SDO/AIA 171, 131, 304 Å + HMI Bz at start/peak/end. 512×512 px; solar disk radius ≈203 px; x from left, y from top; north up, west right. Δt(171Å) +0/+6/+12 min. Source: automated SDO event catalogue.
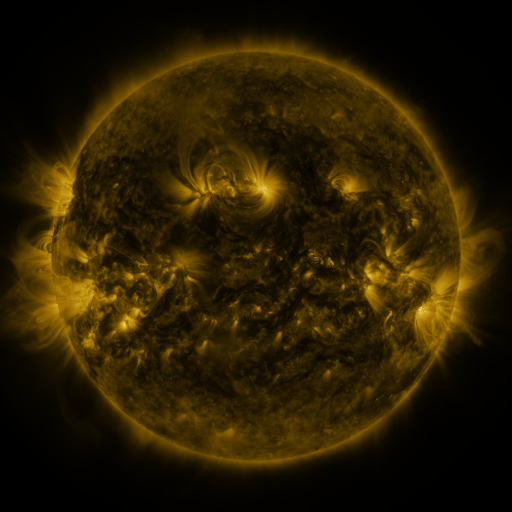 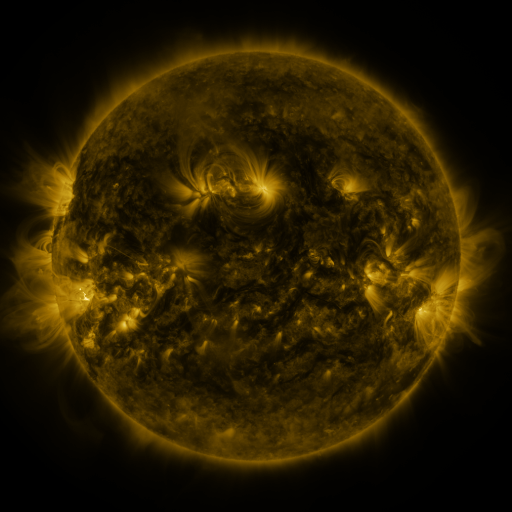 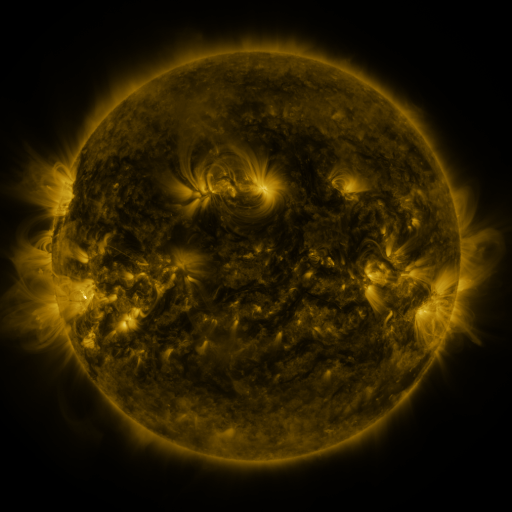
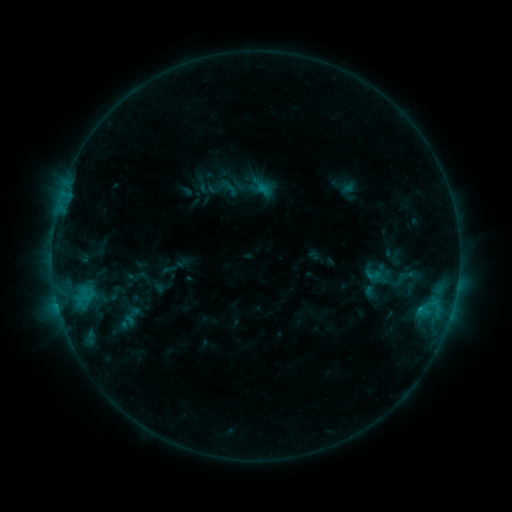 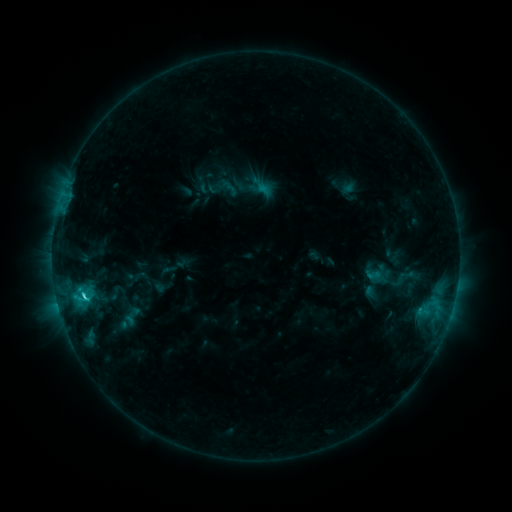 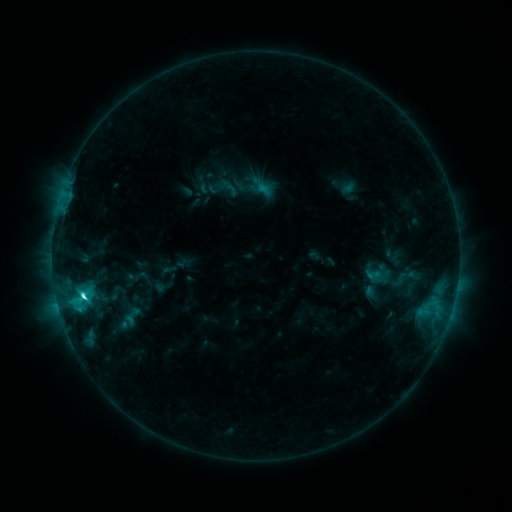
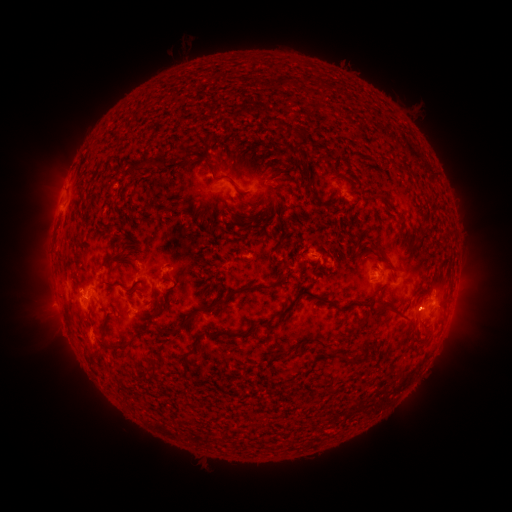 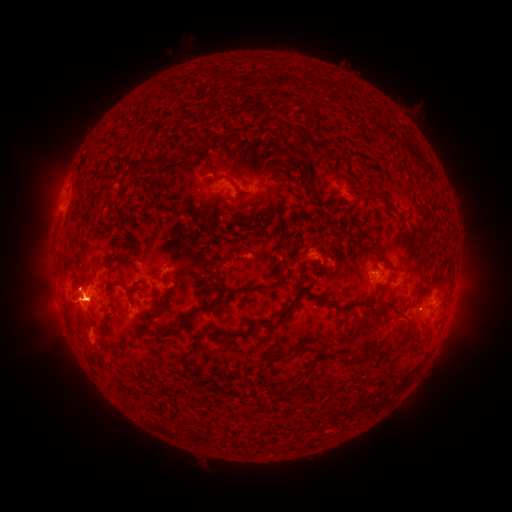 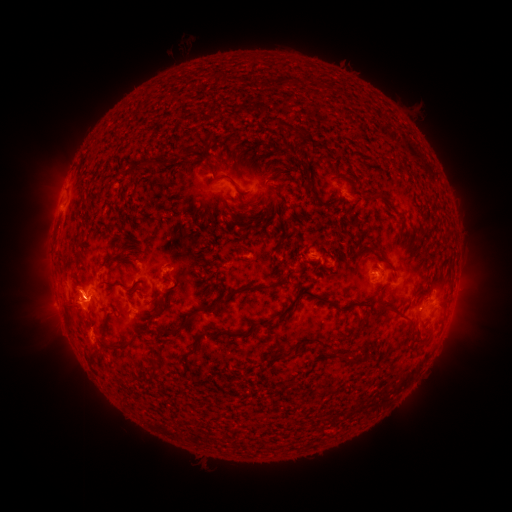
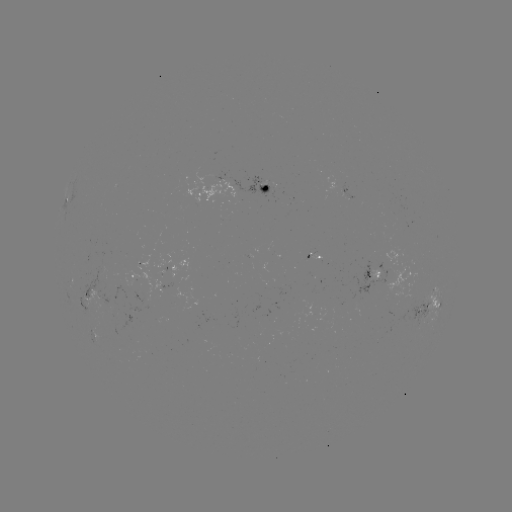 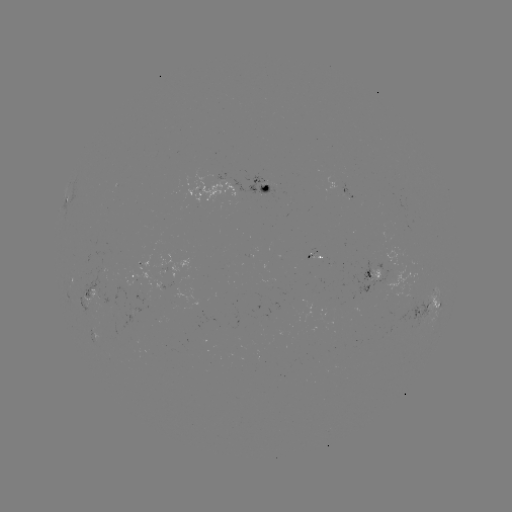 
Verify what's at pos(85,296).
C4.7 flare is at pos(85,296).